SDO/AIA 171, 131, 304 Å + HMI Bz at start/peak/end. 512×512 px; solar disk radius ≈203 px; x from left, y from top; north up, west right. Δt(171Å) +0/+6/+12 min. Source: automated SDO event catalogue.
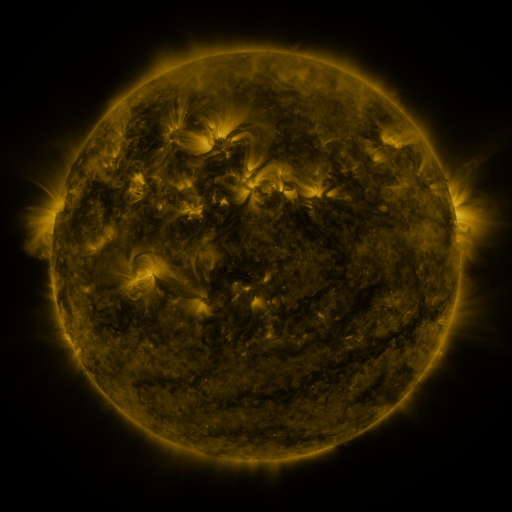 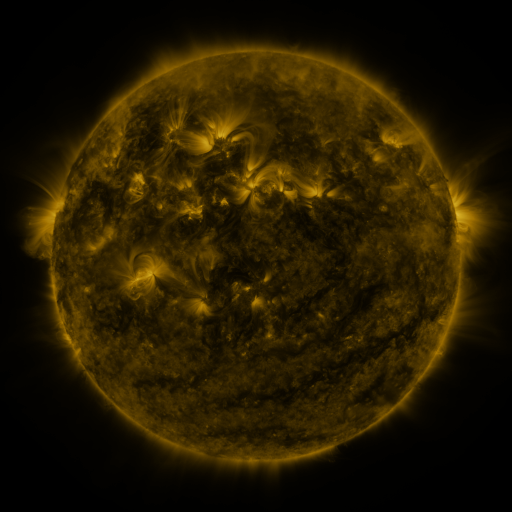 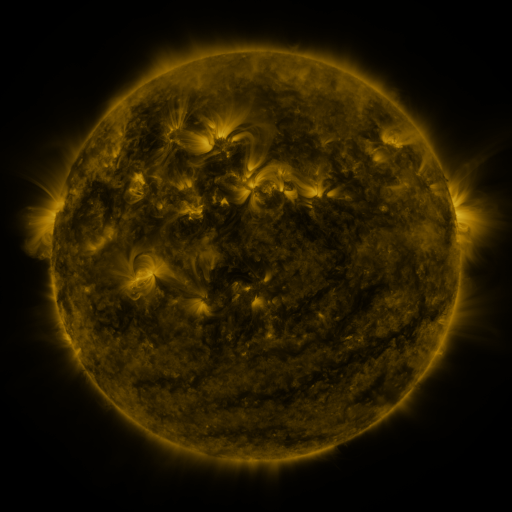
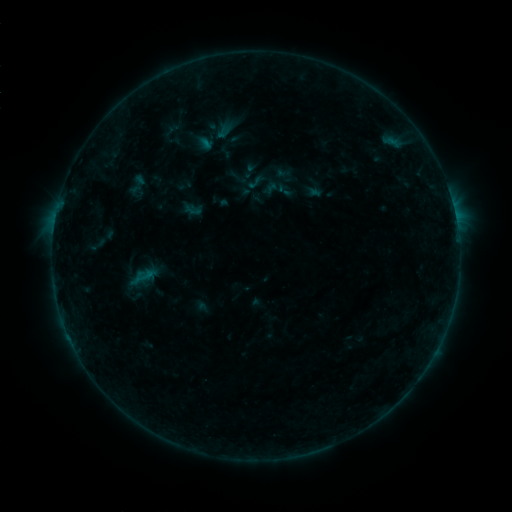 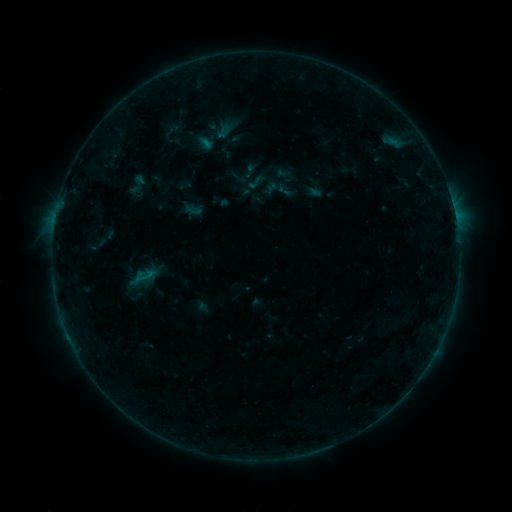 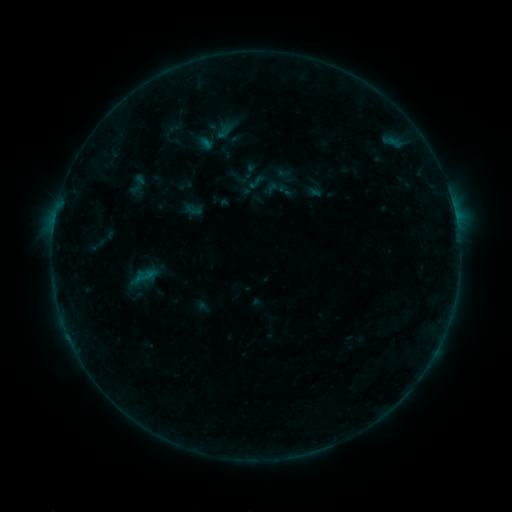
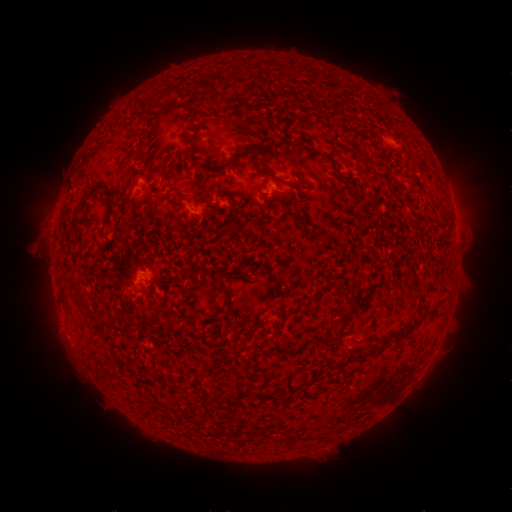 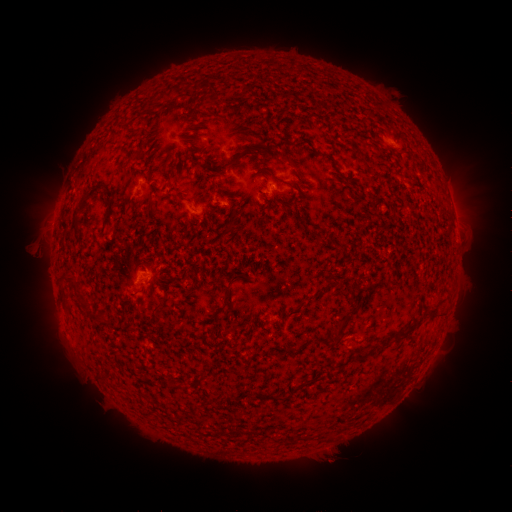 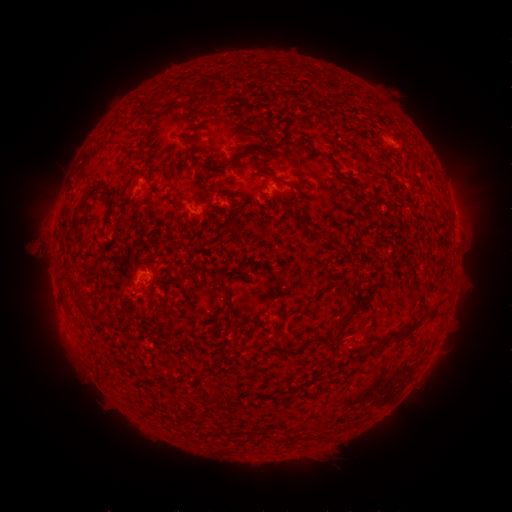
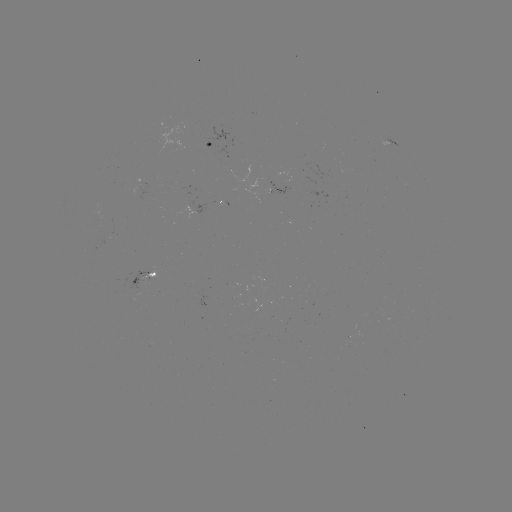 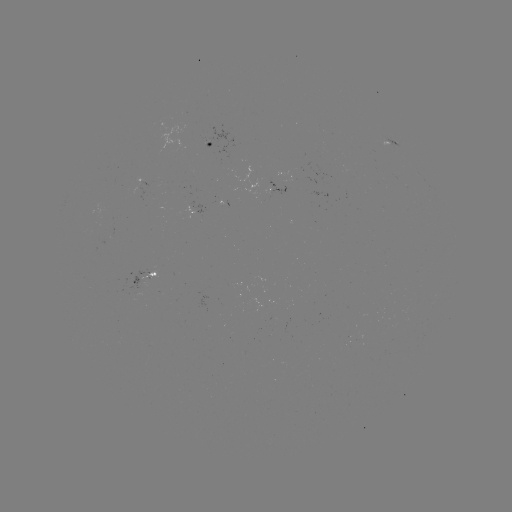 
no catalogued flare and no flagged EUV brightening in this window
